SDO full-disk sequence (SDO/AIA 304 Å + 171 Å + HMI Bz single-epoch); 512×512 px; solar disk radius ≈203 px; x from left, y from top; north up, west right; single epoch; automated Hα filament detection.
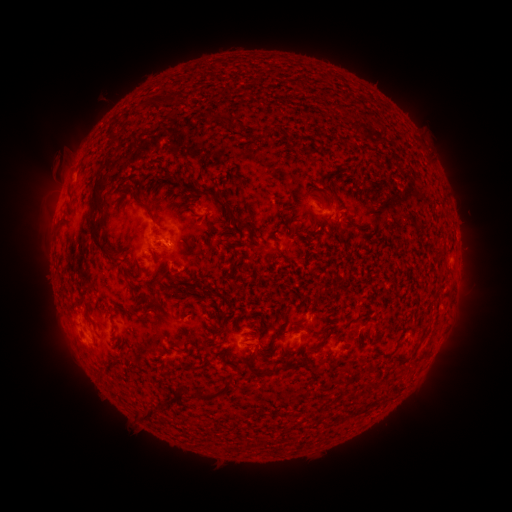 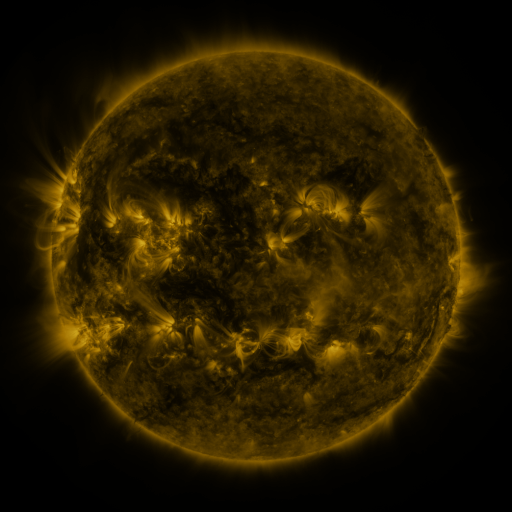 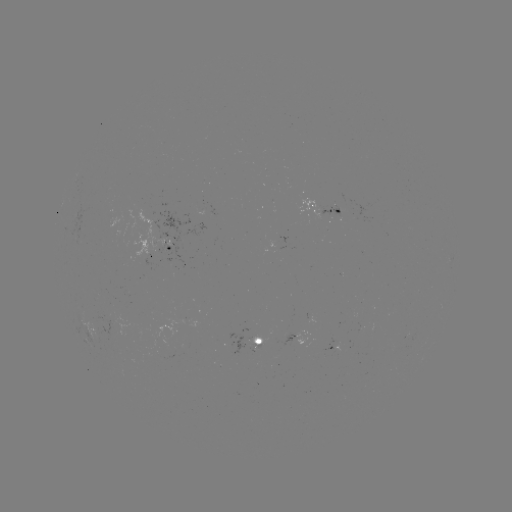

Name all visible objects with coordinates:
filament: [166, 94, 175, 107]
filament: [152, 100, 164, 108]
filament: [202, 115, 227, 127]
filament: [256, 126, 269, 136]
filament: [105, 131, 116, 155]
filament: [86, 166, 115, 261]
filament: [157, 173, 210, 196]
filament: [211, 197, 222, 206]
filament: [139, 205, 156, 224]
filament: [228, 211, 239, 225]
filament: [277, 249, 289, 261]
filament: [174, 279, 191, 287]
filament: [148, 280, 162, 290]
filament: [147, 297, 163, 309]
filament: [74, 301, 93, 320]
filament: [266, 319, 289, 350]
filament: [292, 320, 306, 333]
filament: [320, 320, 332, 328]
filament: [311, 329, 333, 350]
filament: [246, 349, 258, 363]
filament: [254, 366, 275, 376]
filament: [180, 373, 238, 402]
filament: [368, 374, 385, 388]
filament: [143, 399, 175, 422]
filament: [337, 412, 350, 420]
